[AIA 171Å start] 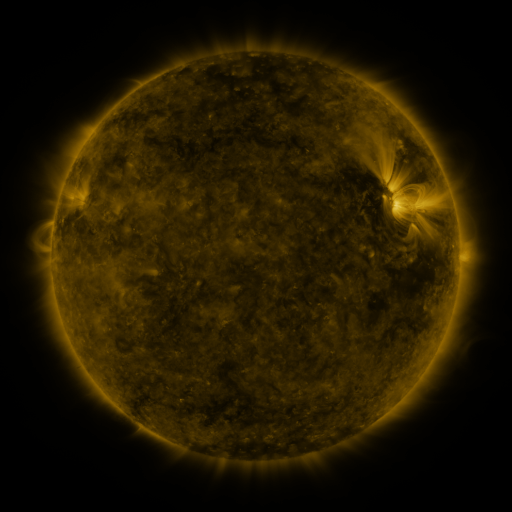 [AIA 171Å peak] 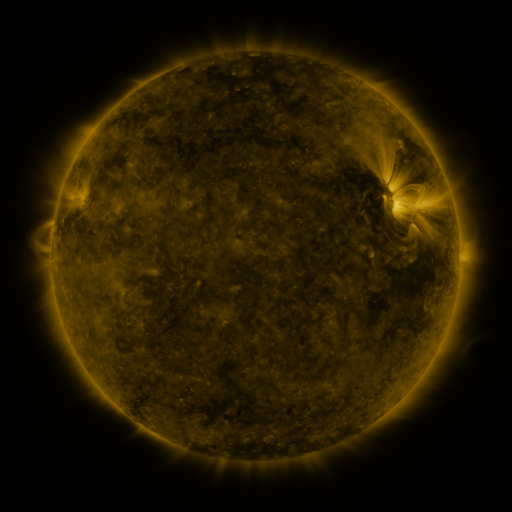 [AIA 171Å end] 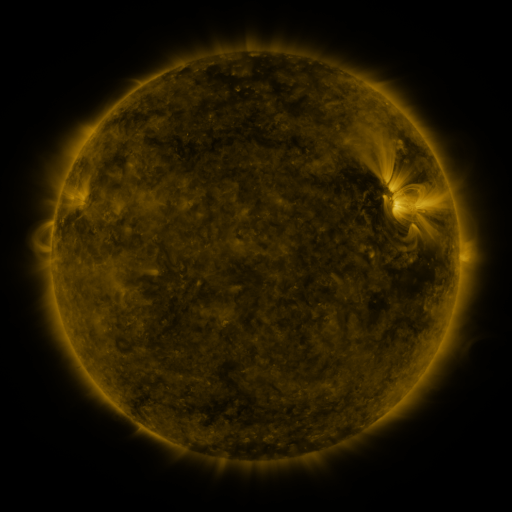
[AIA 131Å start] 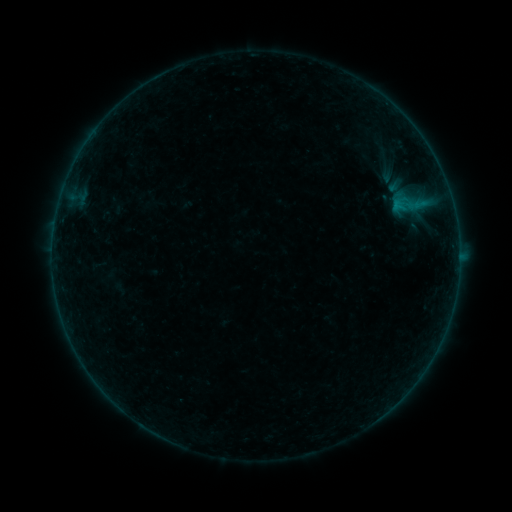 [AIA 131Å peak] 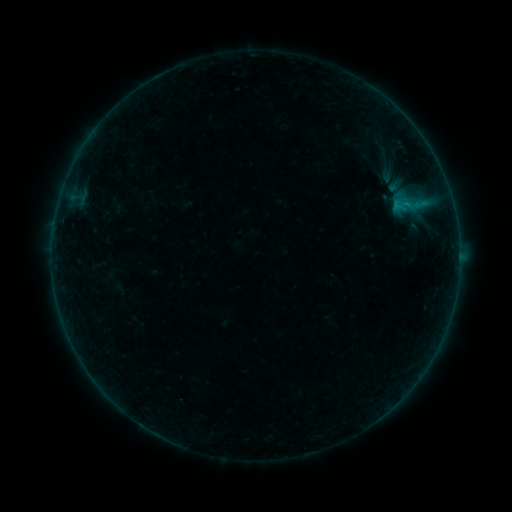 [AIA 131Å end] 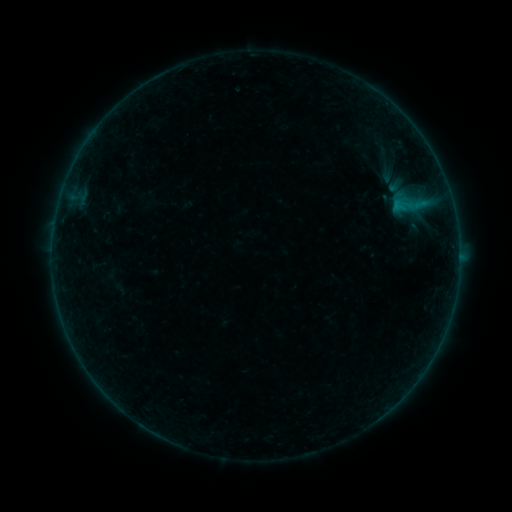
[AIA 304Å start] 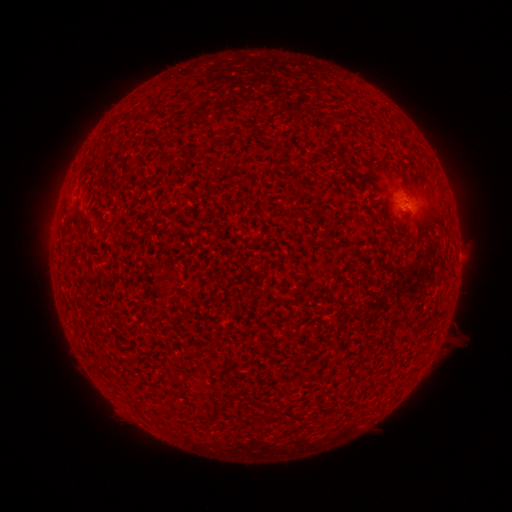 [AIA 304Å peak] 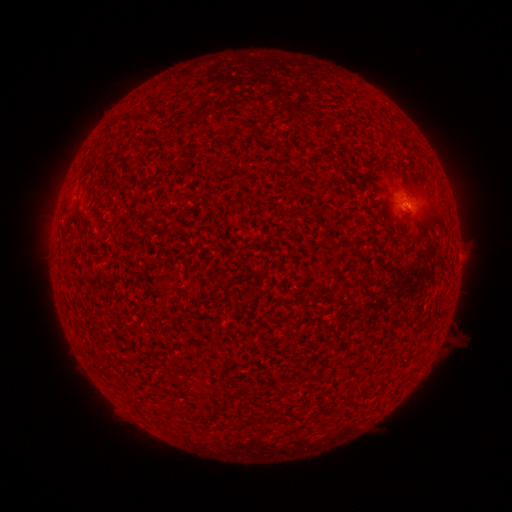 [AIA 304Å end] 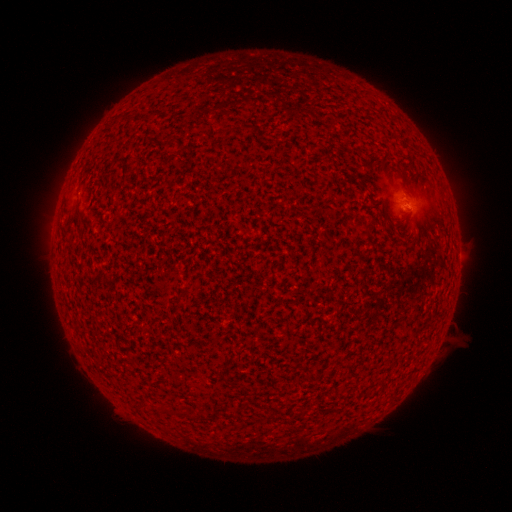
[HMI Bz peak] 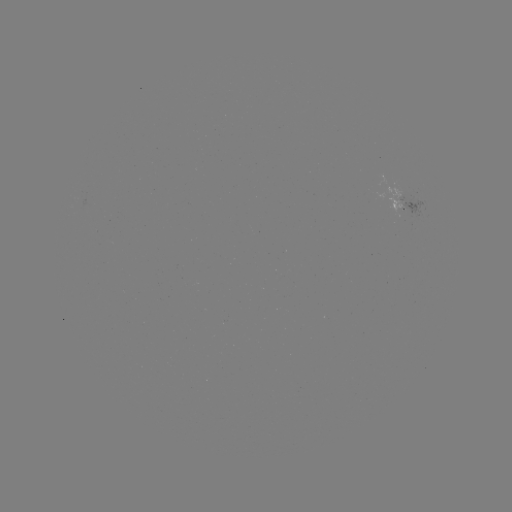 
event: flare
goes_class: B1.1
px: (405, 205)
